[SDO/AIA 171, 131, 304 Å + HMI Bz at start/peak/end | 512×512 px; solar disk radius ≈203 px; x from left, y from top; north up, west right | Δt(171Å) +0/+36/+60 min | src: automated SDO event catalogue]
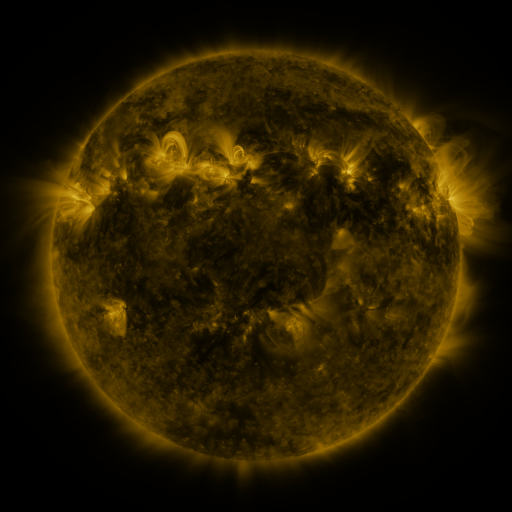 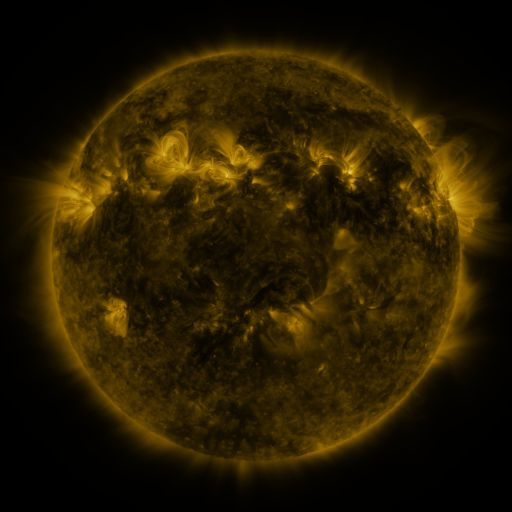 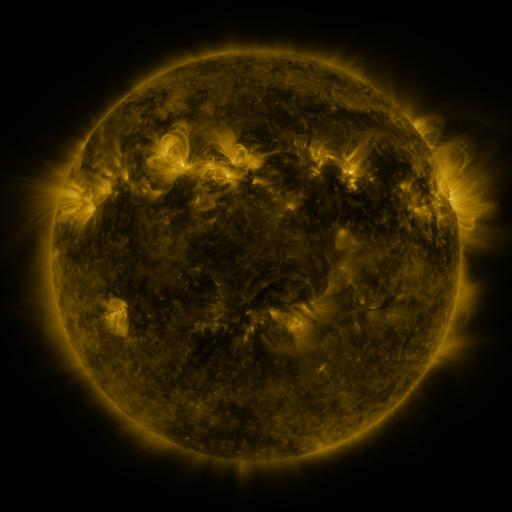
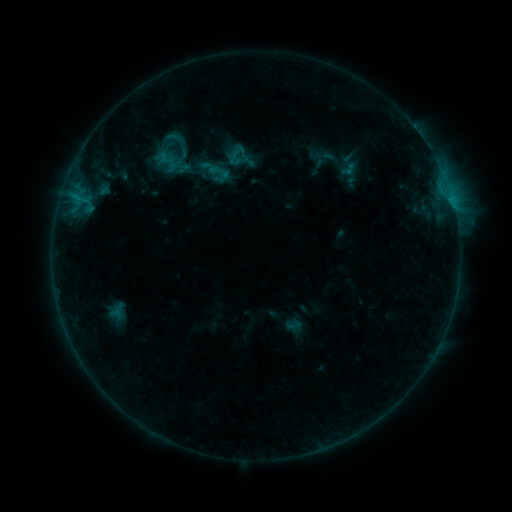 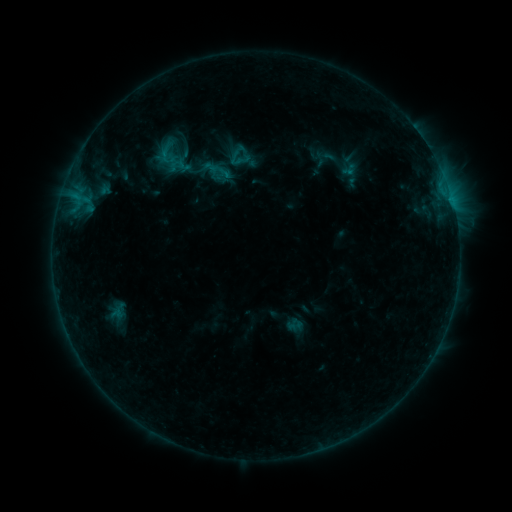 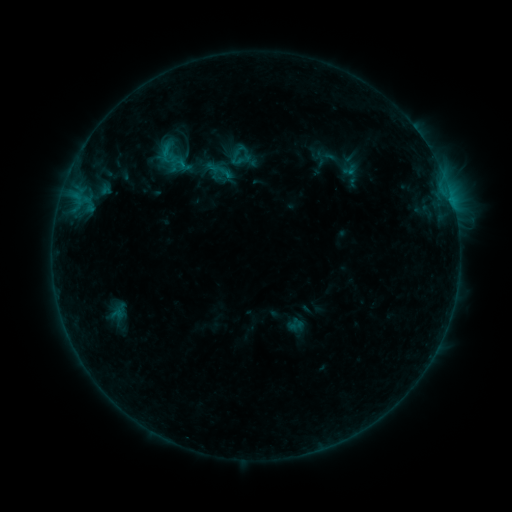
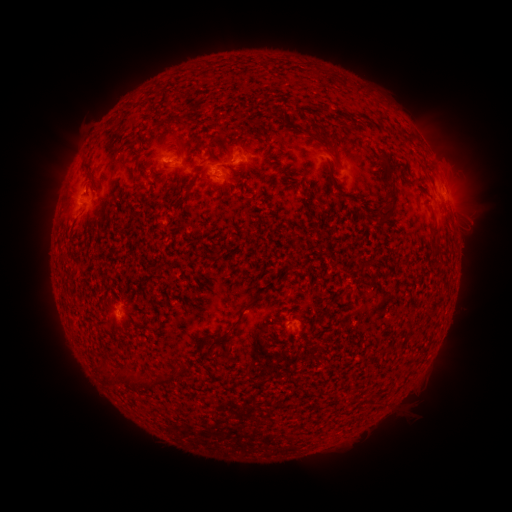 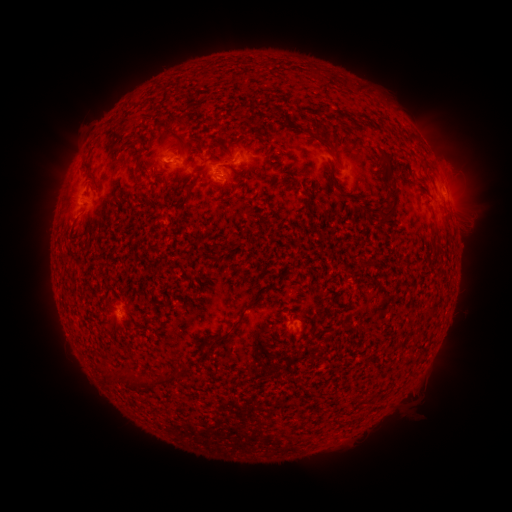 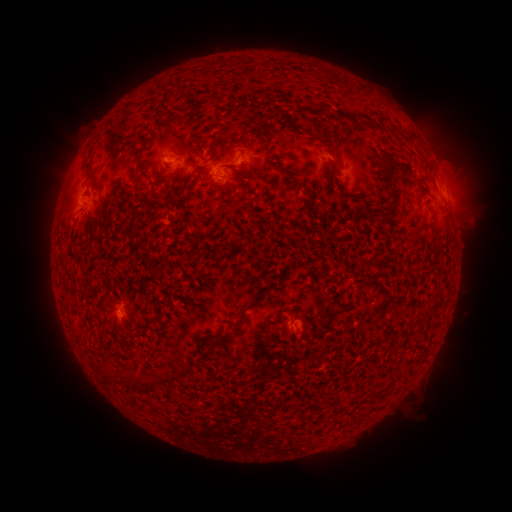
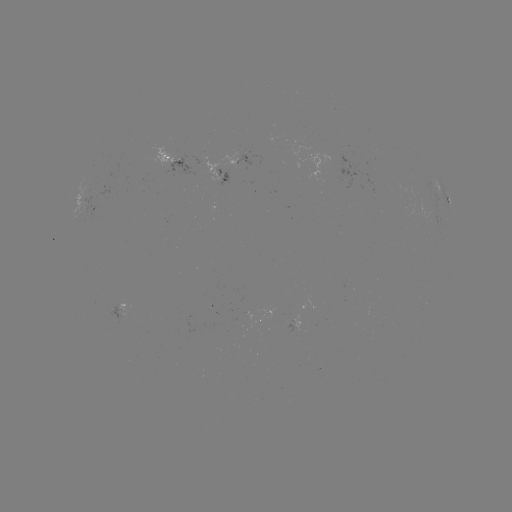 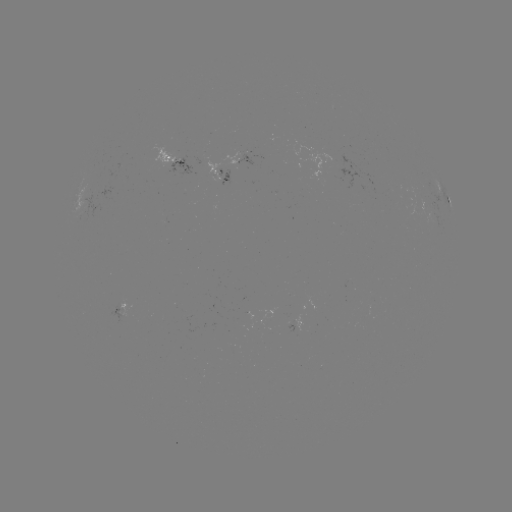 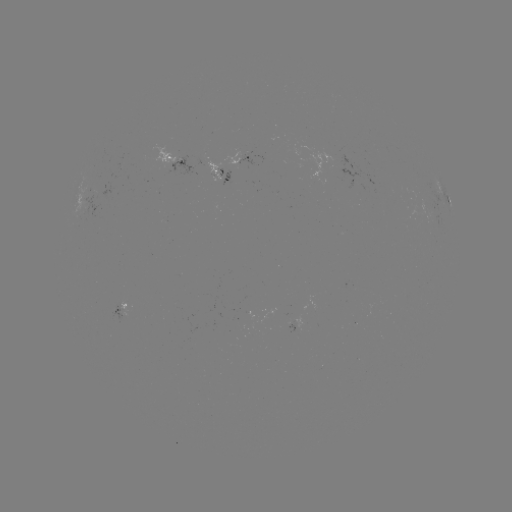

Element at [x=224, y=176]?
emerging-flux region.